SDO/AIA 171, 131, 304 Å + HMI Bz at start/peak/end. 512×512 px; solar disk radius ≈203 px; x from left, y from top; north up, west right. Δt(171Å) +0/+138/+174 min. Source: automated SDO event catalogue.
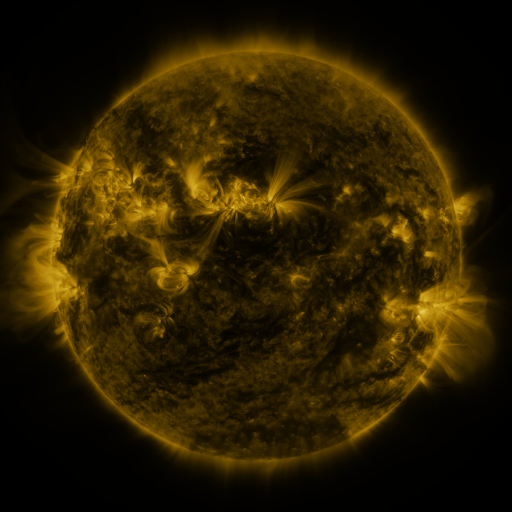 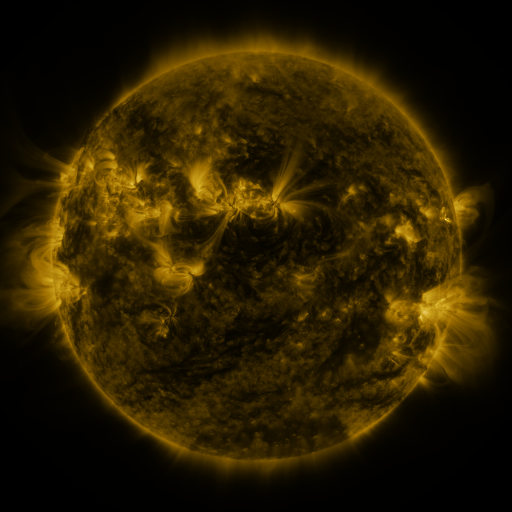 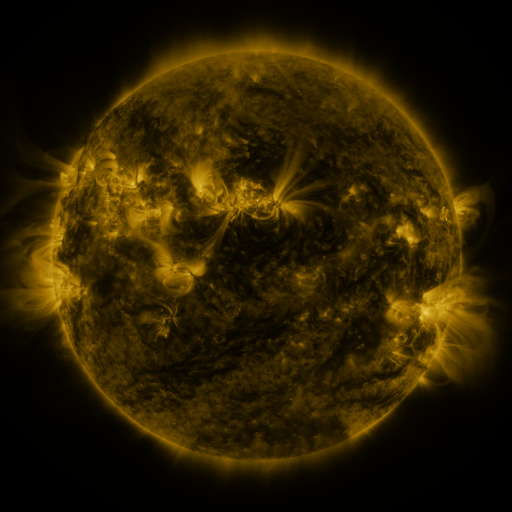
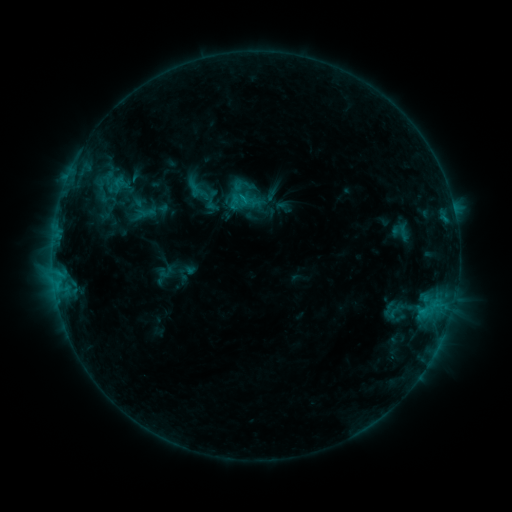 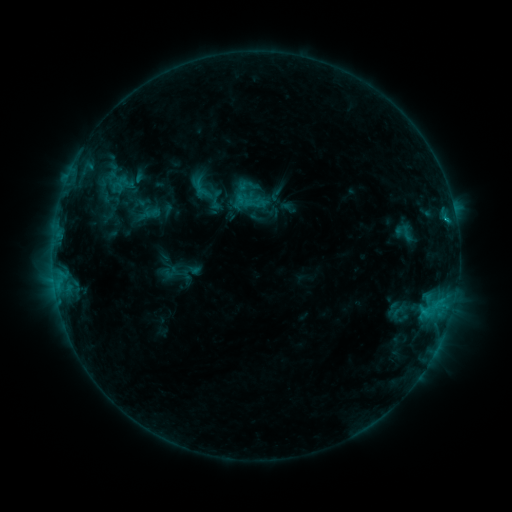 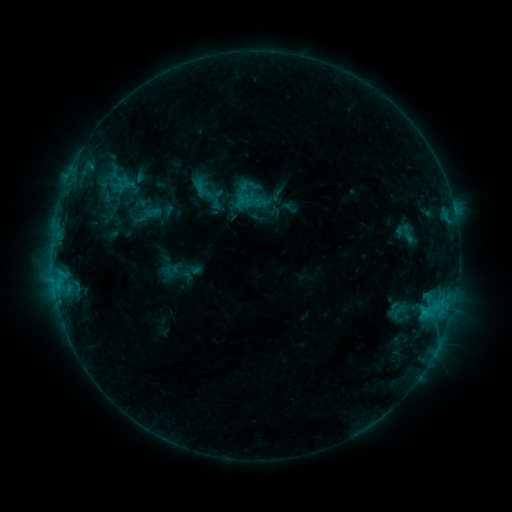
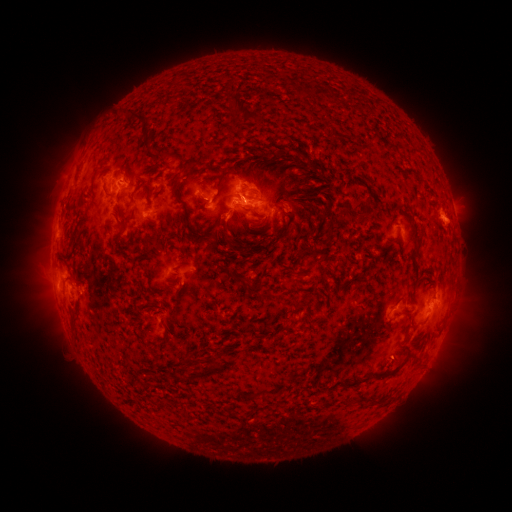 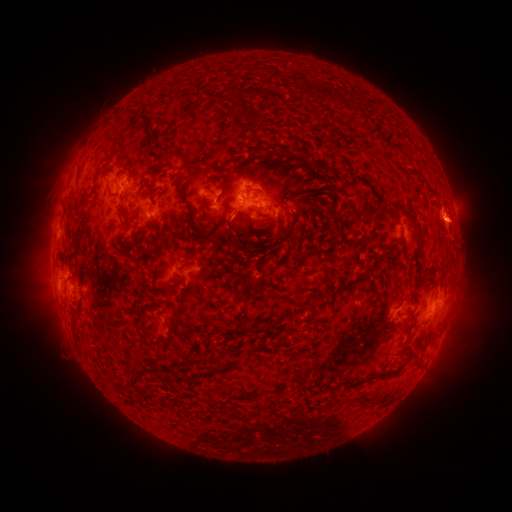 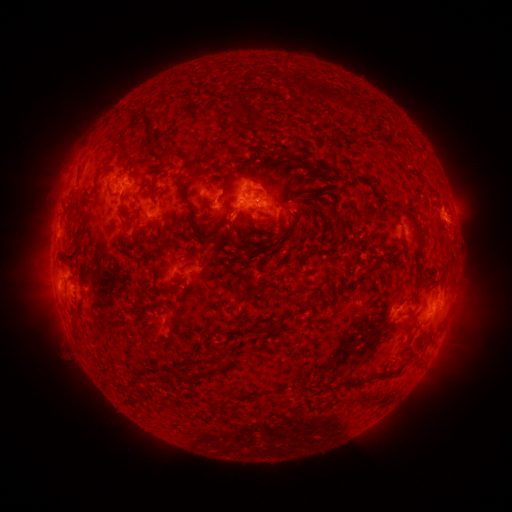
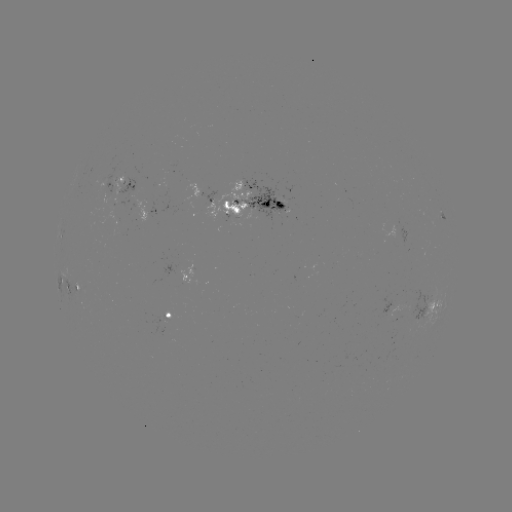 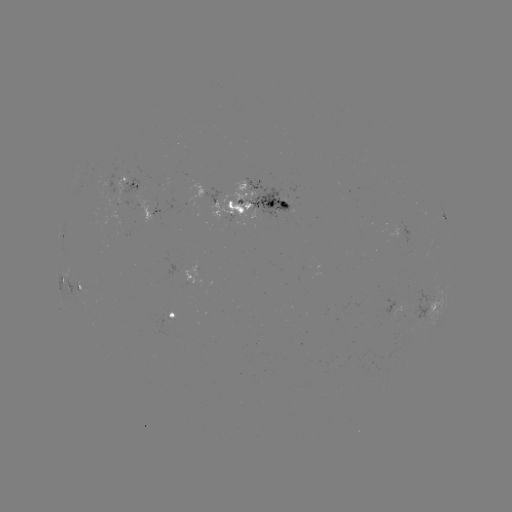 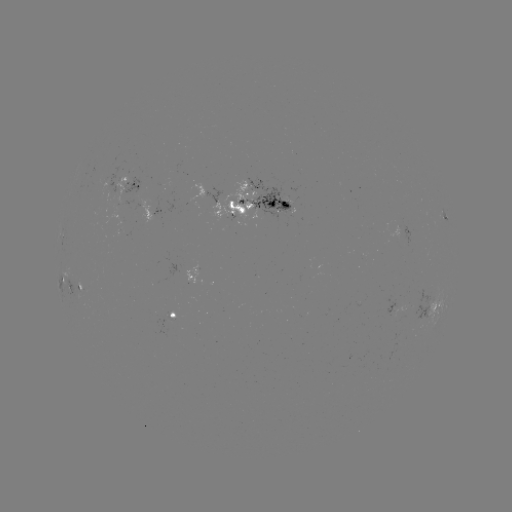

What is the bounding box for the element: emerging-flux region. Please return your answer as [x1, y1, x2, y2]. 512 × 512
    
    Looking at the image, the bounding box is [162, 315, 174, 322].